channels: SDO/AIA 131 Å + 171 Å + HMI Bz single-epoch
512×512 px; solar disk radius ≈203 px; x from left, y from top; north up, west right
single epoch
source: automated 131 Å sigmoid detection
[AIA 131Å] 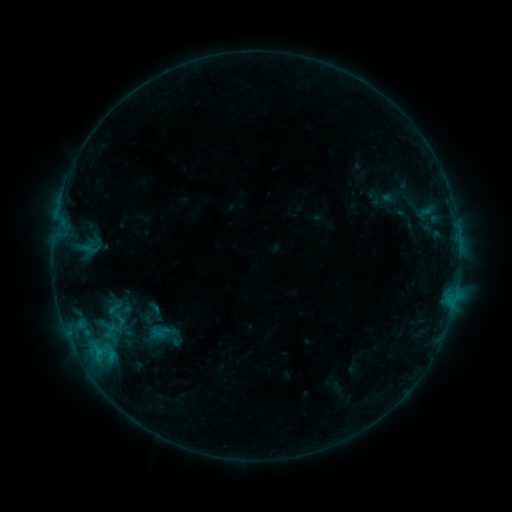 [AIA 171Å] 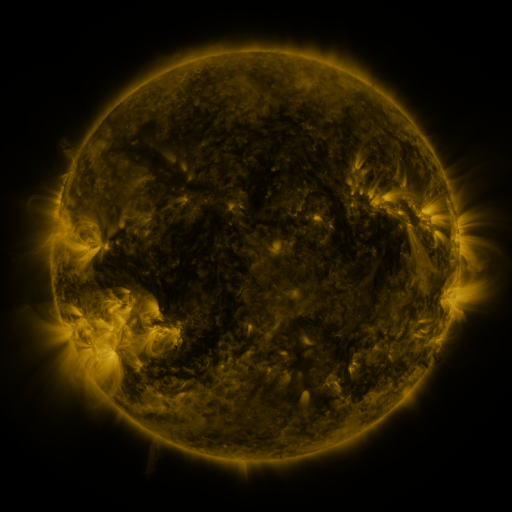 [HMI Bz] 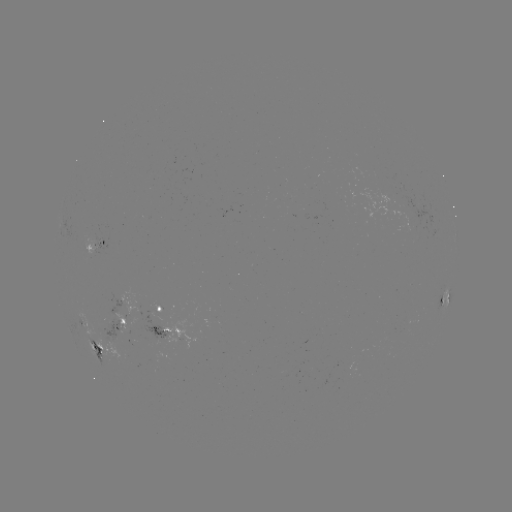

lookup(sigmoid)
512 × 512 [115, 311]